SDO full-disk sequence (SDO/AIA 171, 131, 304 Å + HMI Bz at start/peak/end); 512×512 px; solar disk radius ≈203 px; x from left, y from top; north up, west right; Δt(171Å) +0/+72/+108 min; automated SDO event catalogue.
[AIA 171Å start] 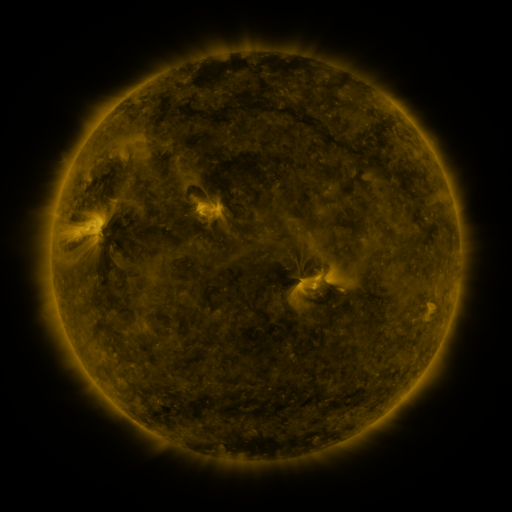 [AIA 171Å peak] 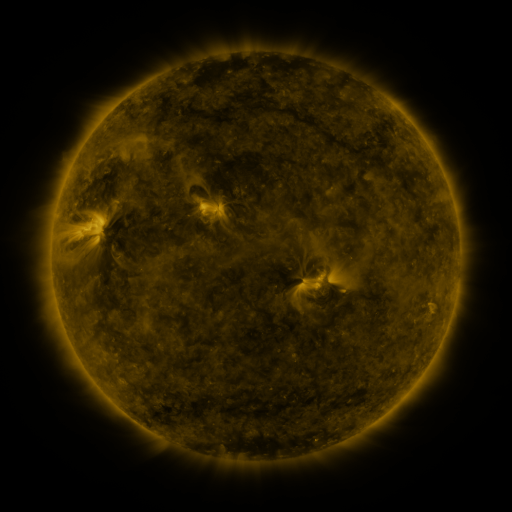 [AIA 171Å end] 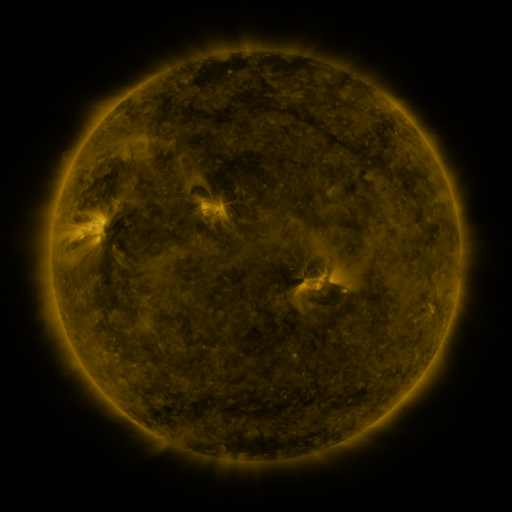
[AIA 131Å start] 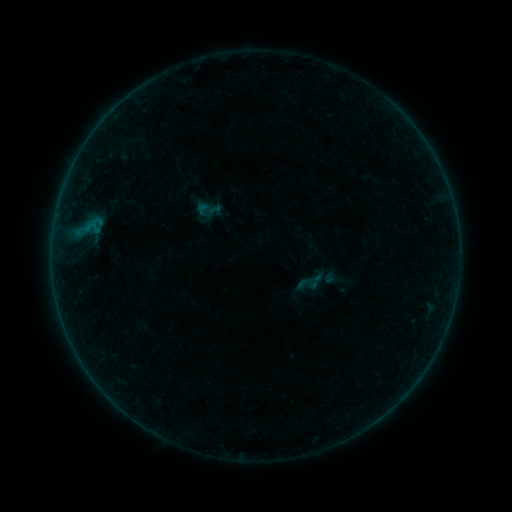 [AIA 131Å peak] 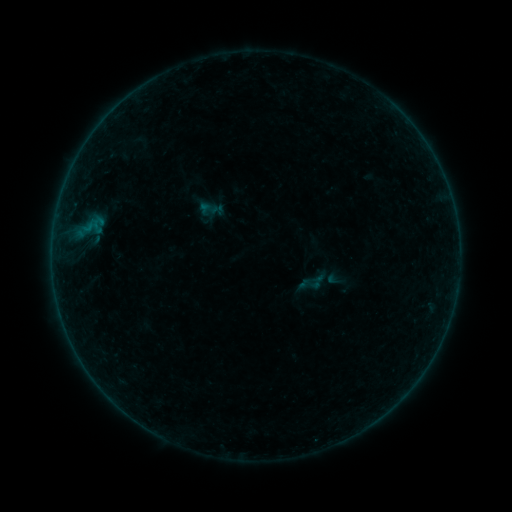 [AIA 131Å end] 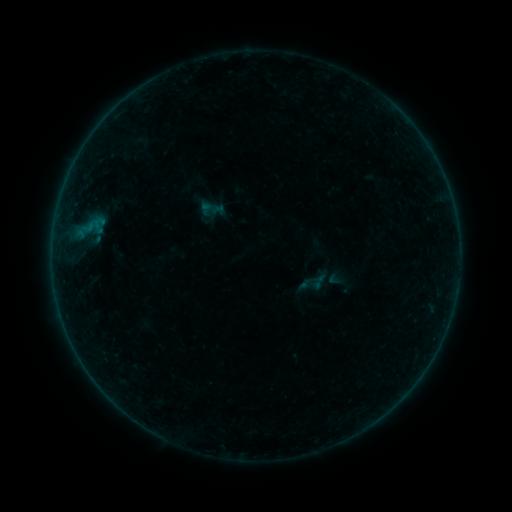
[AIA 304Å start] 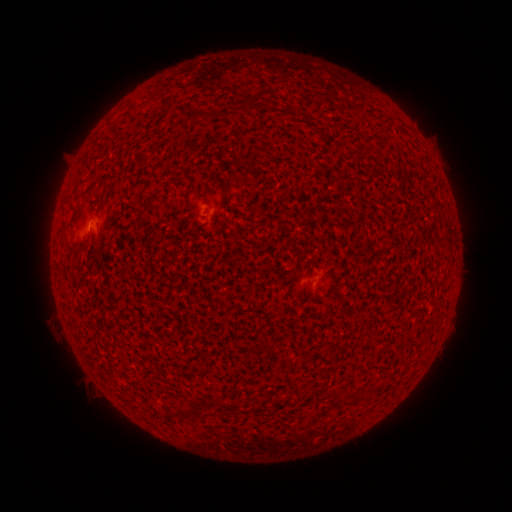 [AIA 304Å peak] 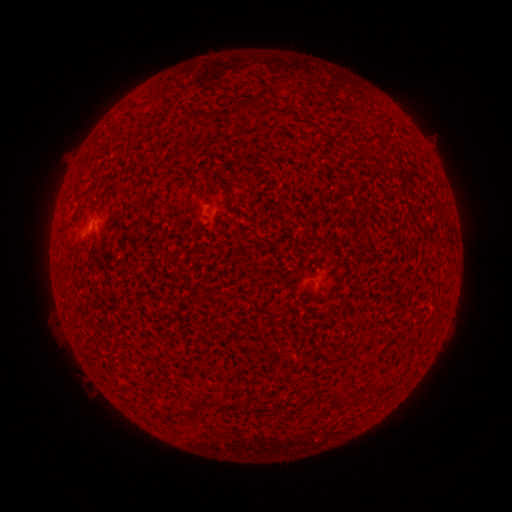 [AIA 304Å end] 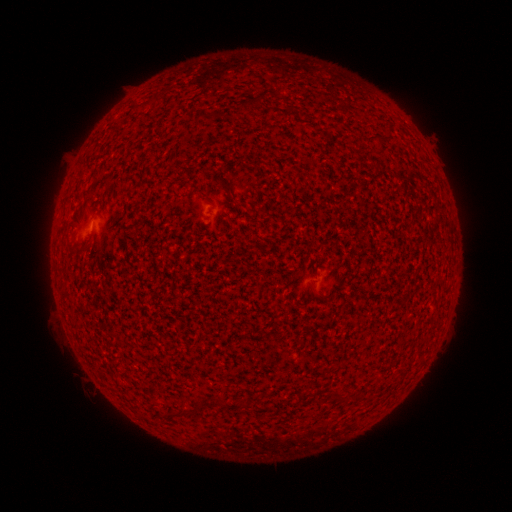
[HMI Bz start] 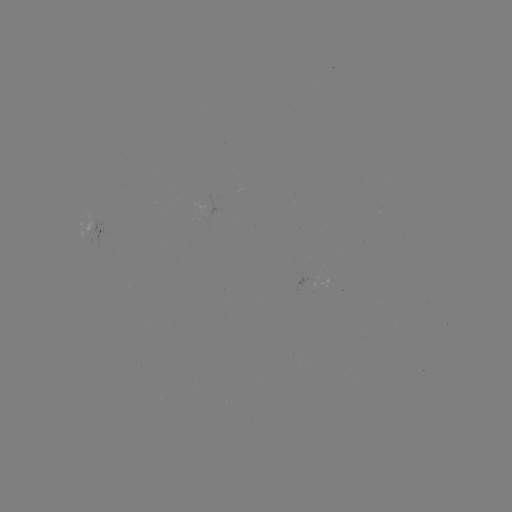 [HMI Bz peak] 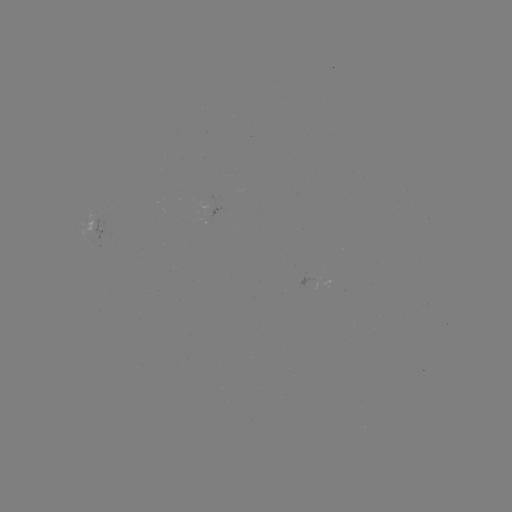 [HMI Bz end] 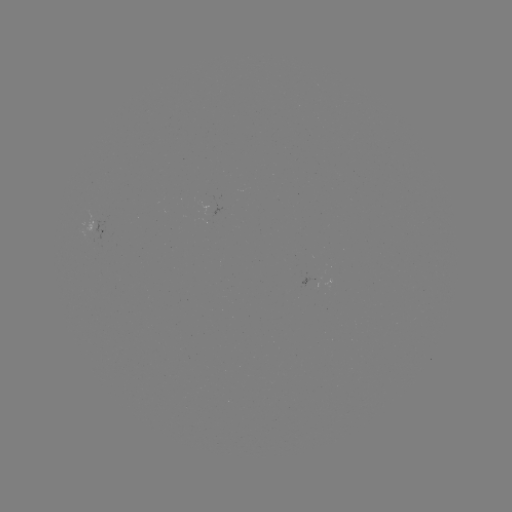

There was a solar emerging-flux region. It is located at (94, 235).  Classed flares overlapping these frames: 1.